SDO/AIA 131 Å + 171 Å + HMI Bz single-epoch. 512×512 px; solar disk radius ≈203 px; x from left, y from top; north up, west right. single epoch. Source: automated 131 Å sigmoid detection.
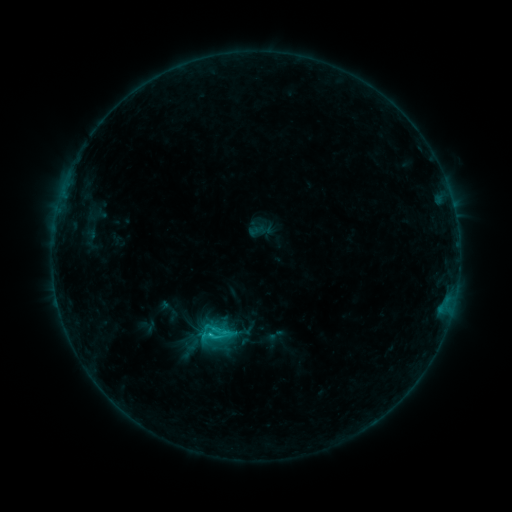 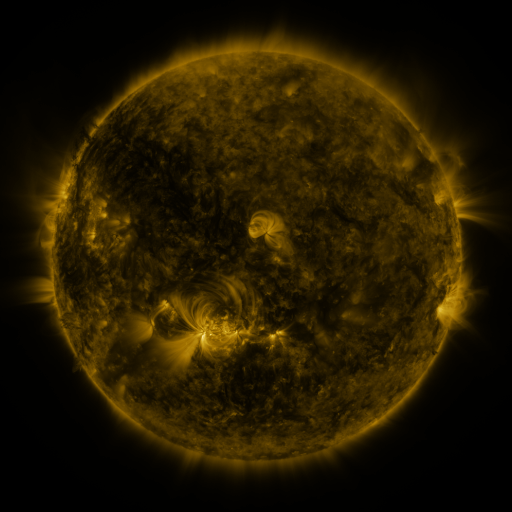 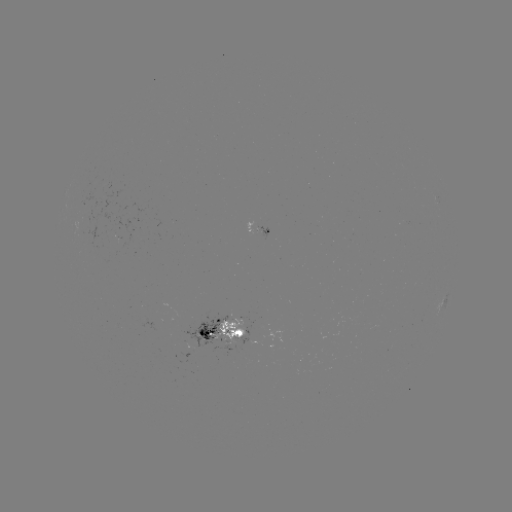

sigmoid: (204, 326, 227, 346)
